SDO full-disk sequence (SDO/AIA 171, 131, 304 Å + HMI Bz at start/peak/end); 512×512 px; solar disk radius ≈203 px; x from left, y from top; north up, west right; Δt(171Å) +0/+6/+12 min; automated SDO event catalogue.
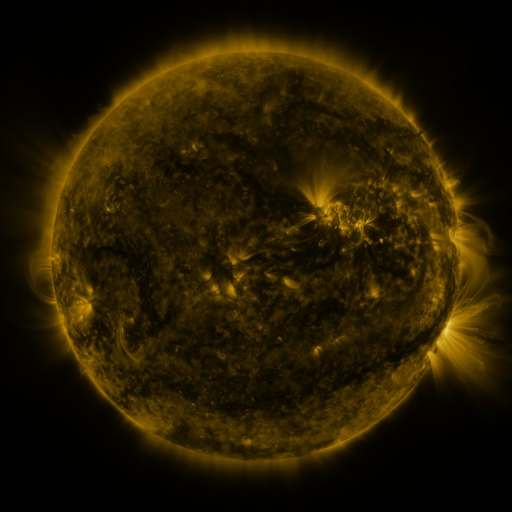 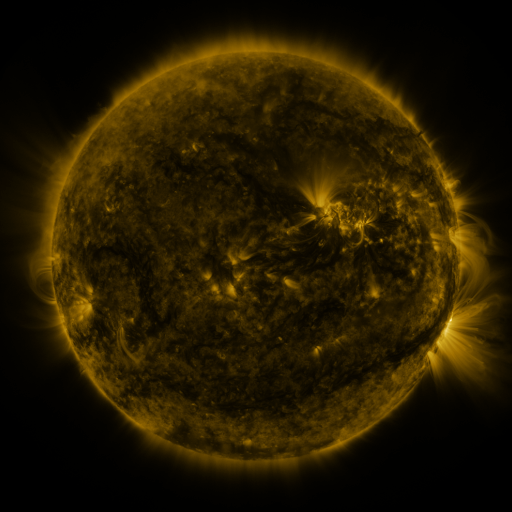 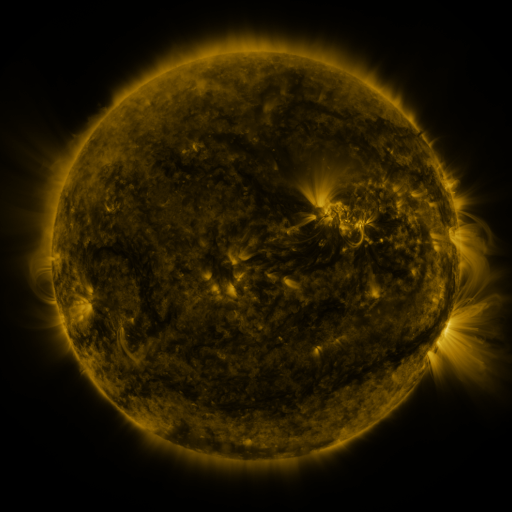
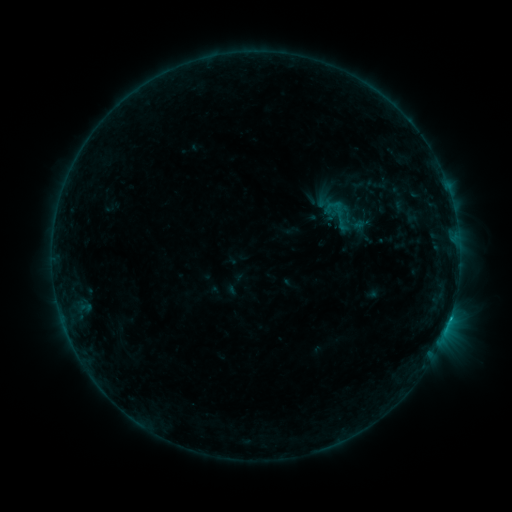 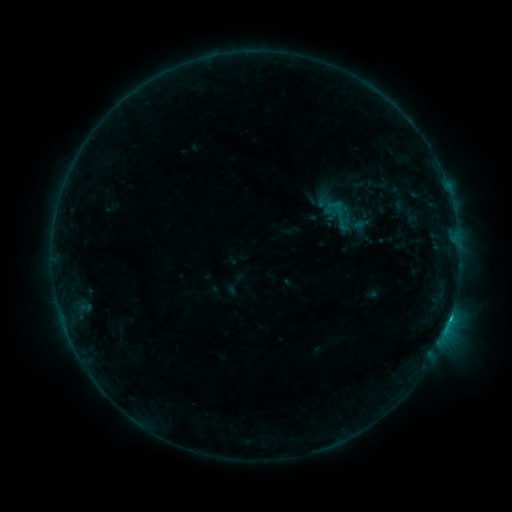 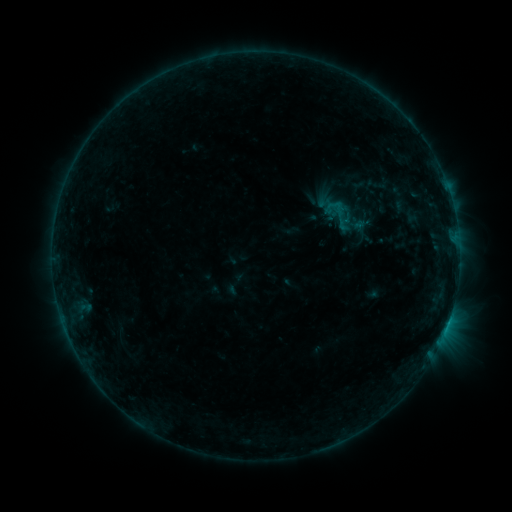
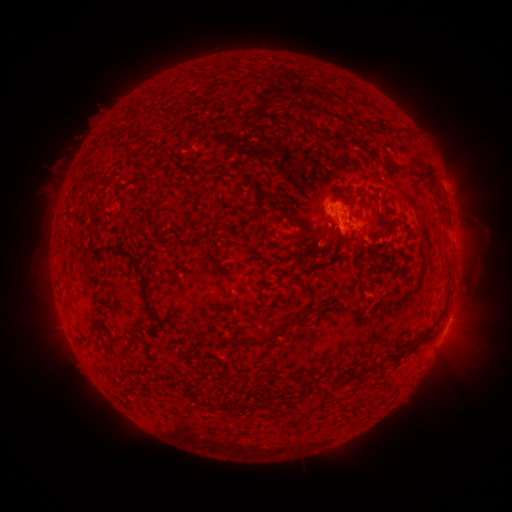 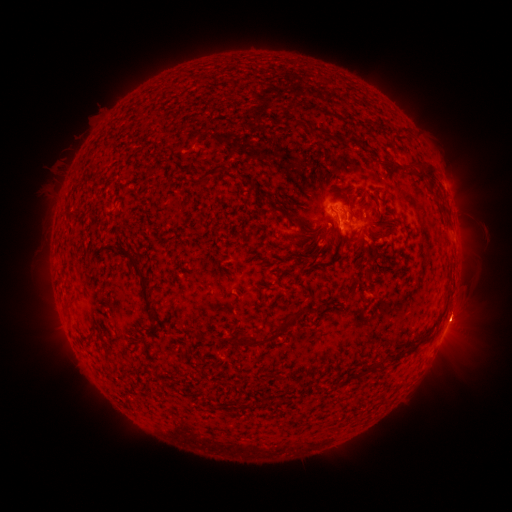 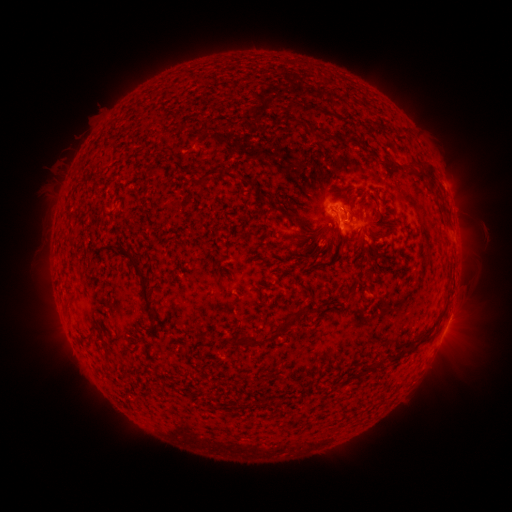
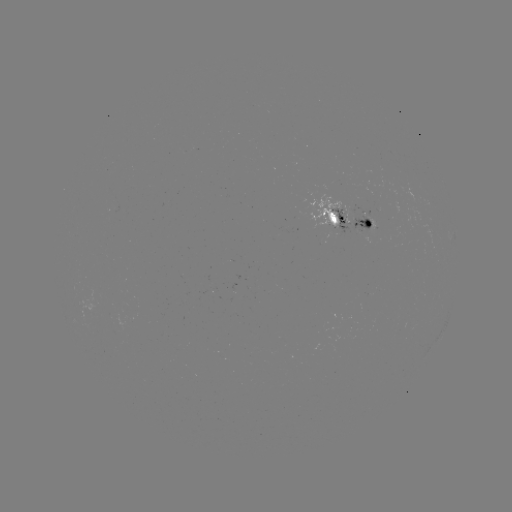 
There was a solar flare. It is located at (336, 209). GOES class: B8.3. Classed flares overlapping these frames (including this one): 2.